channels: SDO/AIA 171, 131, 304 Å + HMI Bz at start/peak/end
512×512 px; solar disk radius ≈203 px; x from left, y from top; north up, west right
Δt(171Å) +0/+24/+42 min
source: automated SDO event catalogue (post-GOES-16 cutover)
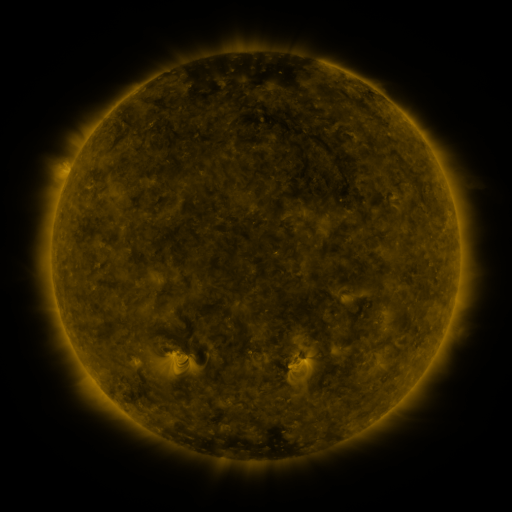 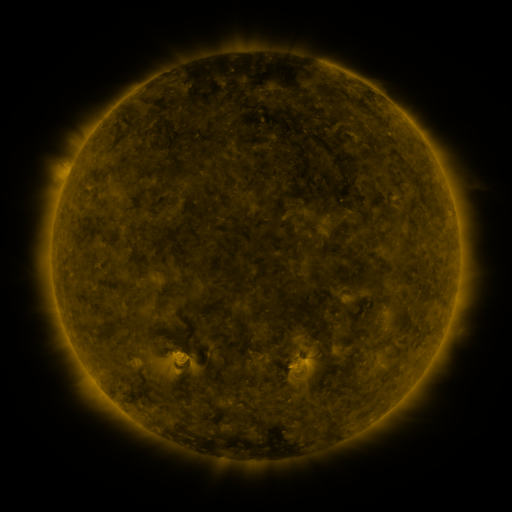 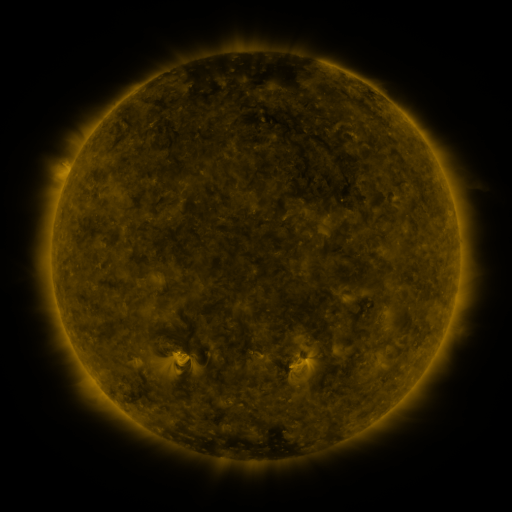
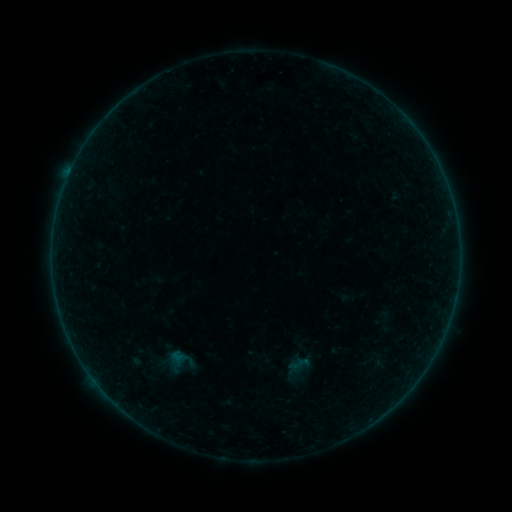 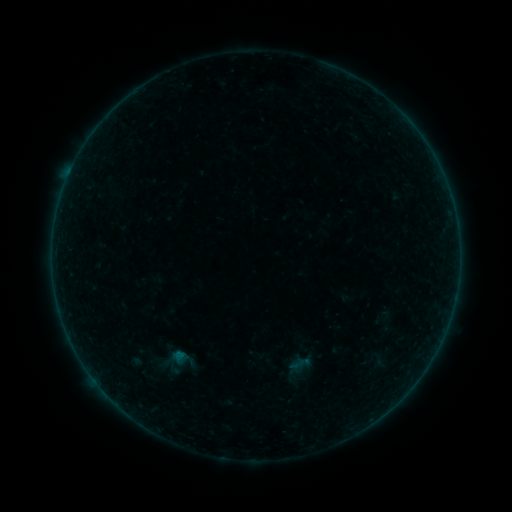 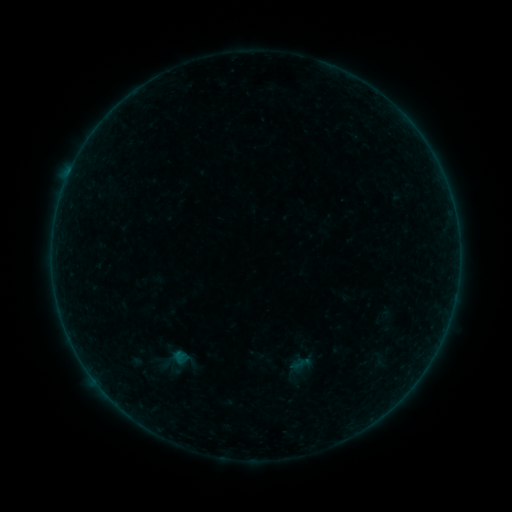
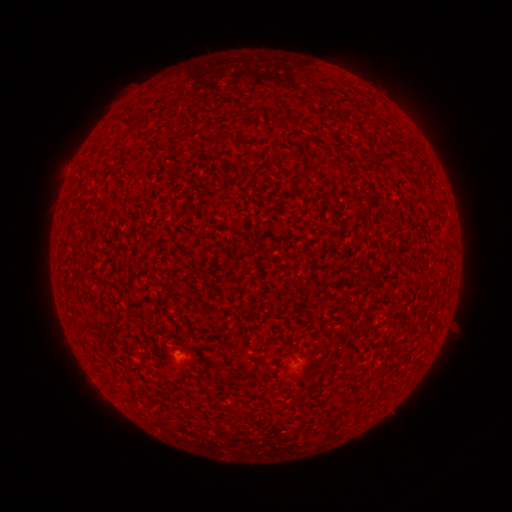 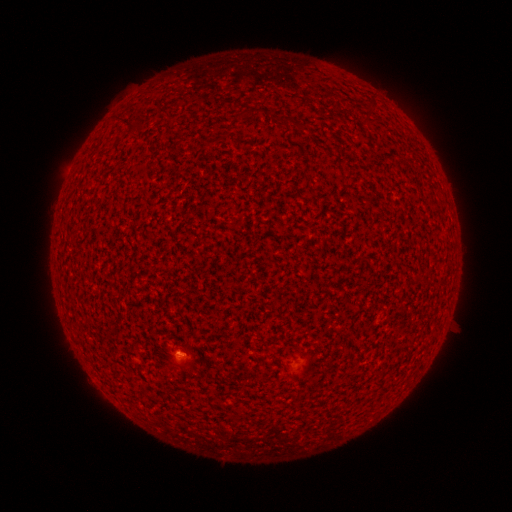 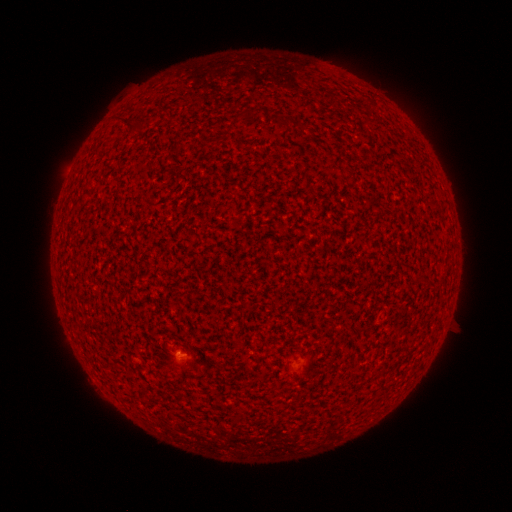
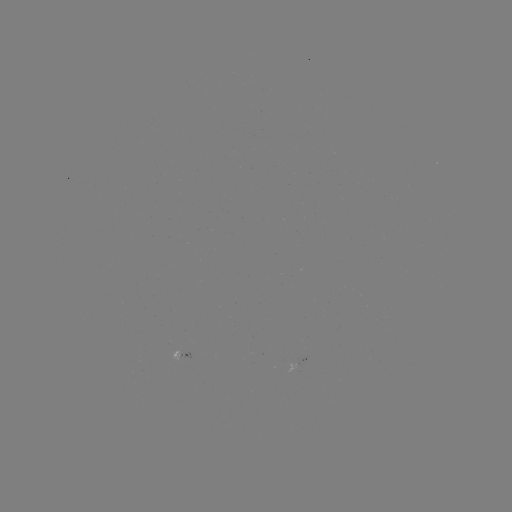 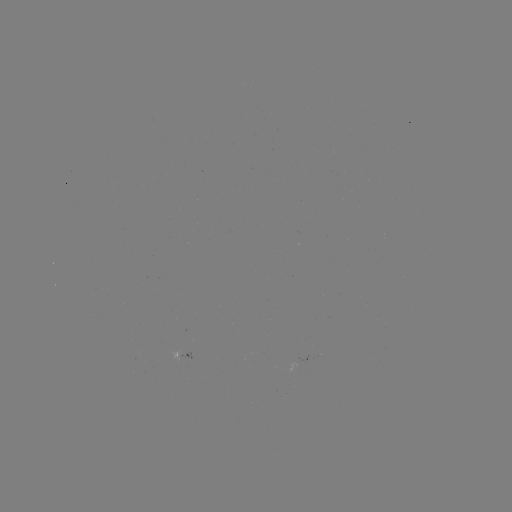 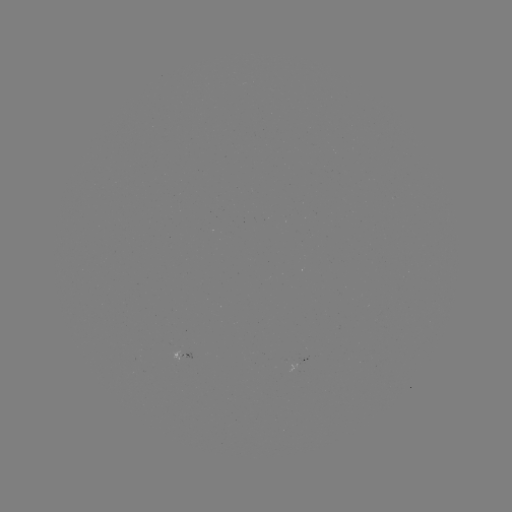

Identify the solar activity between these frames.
A6.4 flare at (179, 353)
